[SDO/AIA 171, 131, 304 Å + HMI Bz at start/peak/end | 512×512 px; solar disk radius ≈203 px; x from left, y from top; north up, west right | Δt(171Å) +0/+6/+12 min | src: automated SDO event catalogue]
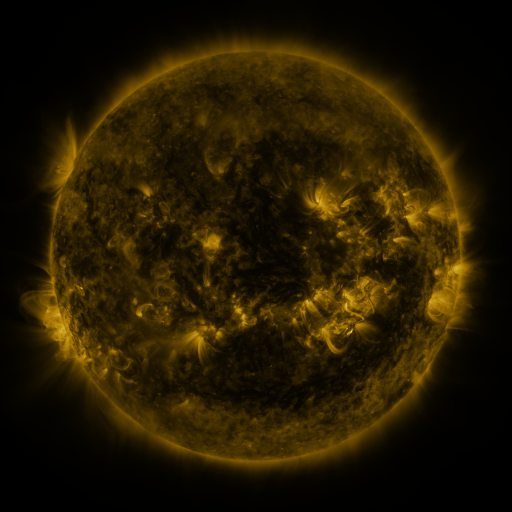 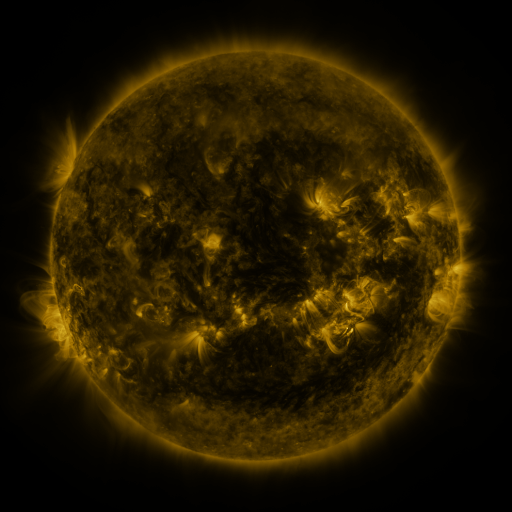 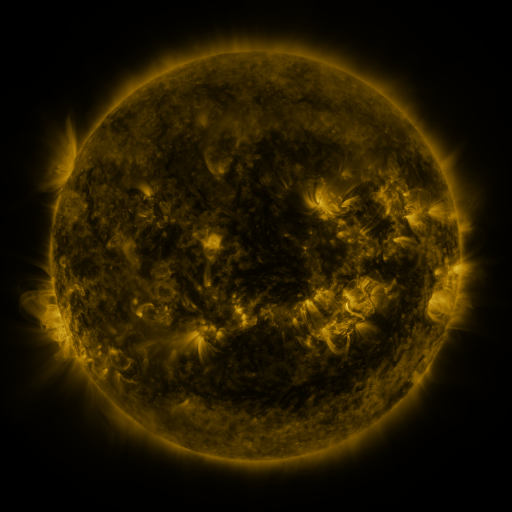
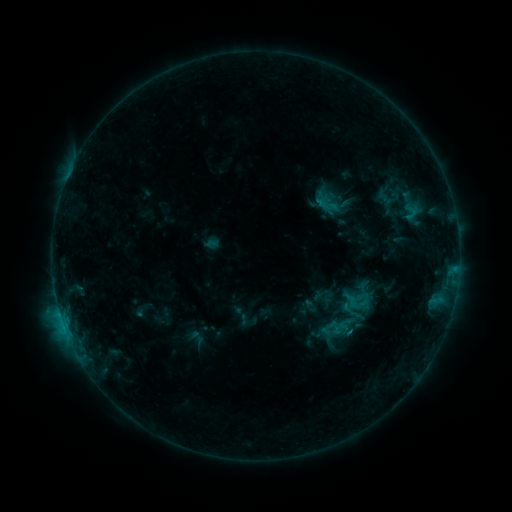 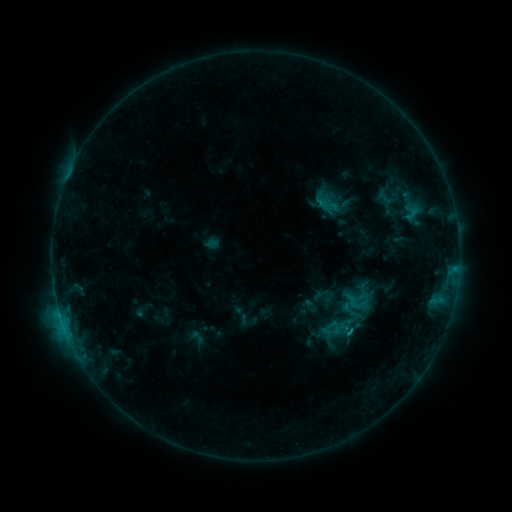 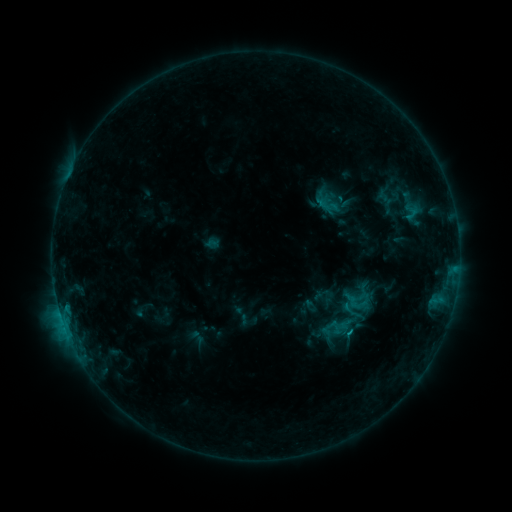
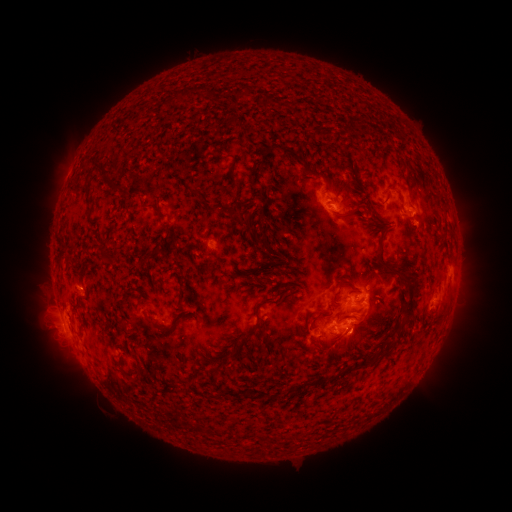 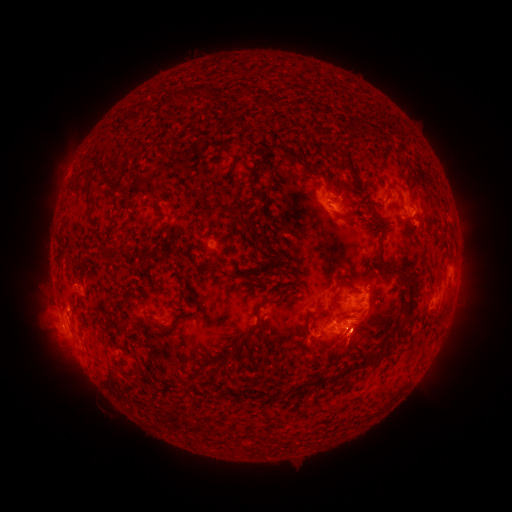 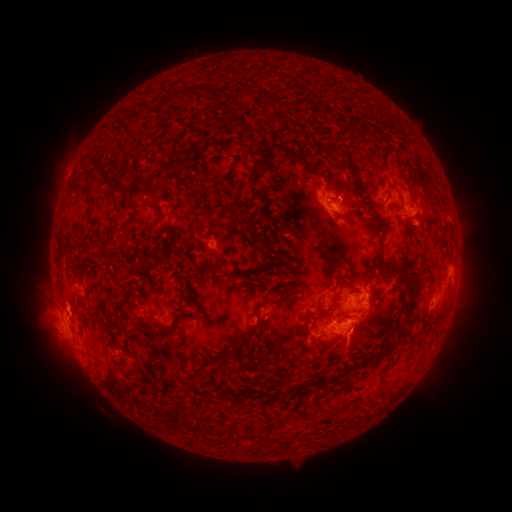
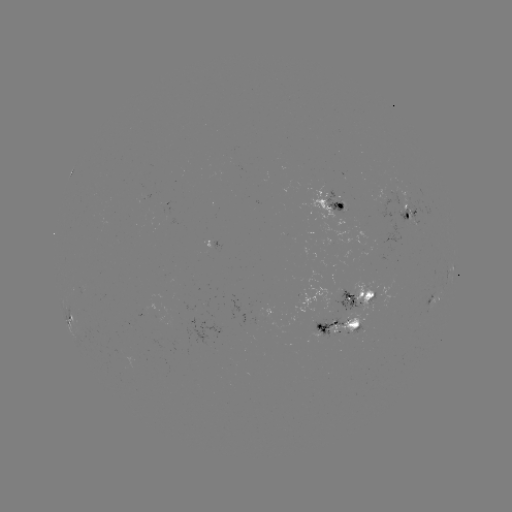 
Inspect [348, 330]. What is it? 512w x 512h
C1.5 flare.